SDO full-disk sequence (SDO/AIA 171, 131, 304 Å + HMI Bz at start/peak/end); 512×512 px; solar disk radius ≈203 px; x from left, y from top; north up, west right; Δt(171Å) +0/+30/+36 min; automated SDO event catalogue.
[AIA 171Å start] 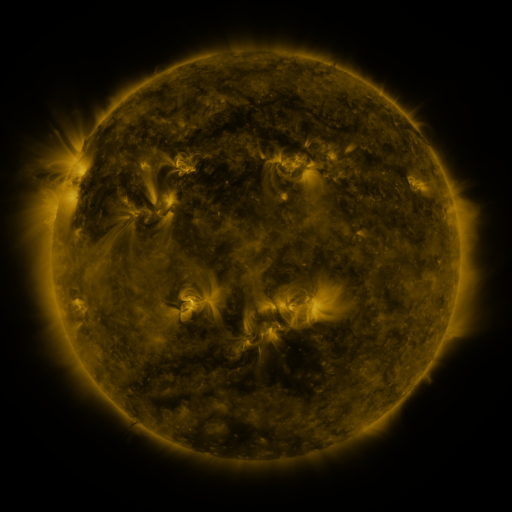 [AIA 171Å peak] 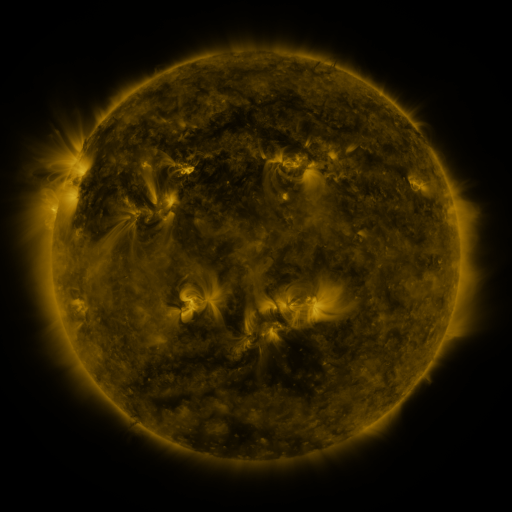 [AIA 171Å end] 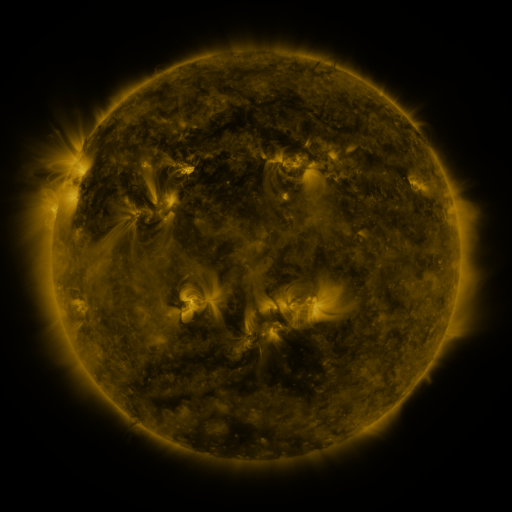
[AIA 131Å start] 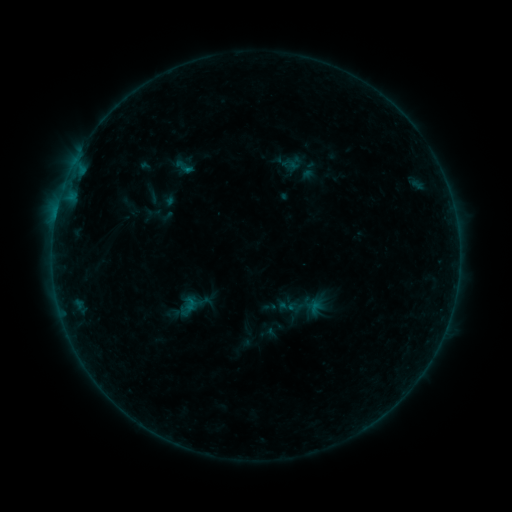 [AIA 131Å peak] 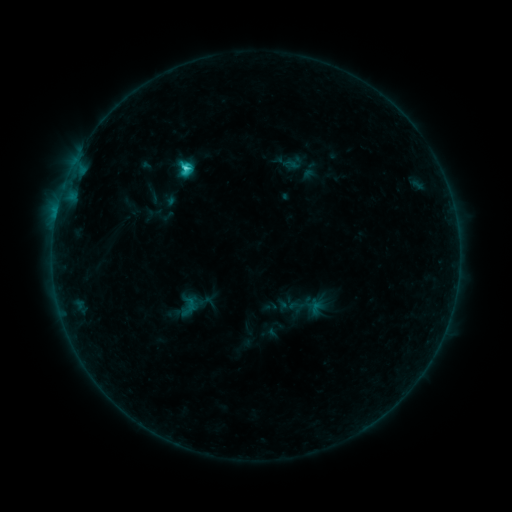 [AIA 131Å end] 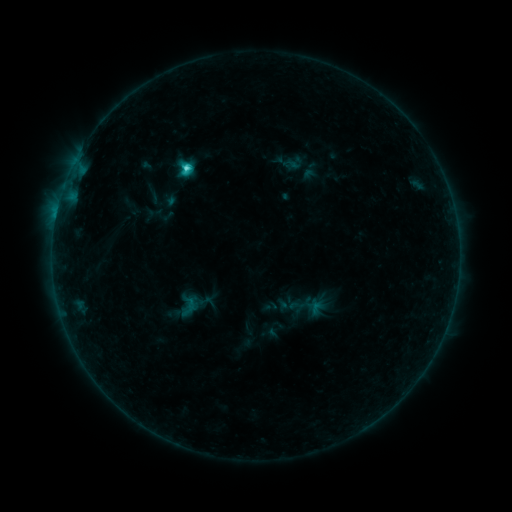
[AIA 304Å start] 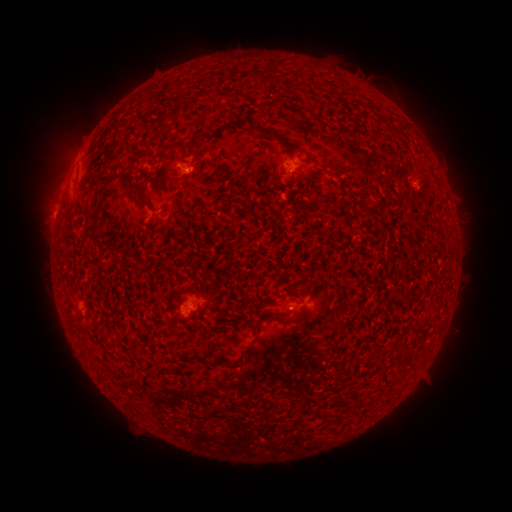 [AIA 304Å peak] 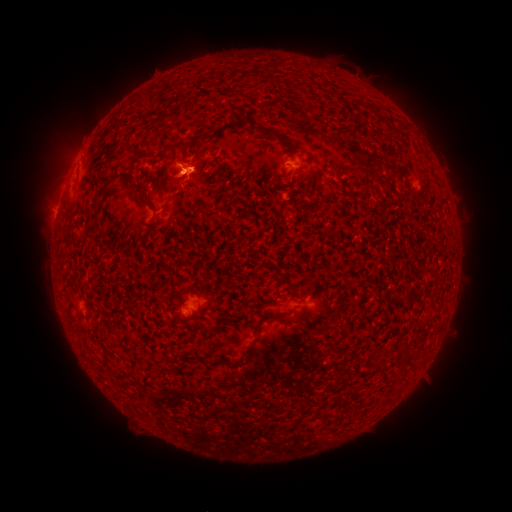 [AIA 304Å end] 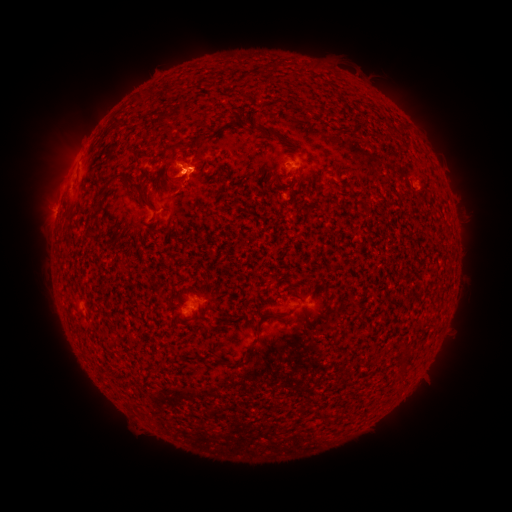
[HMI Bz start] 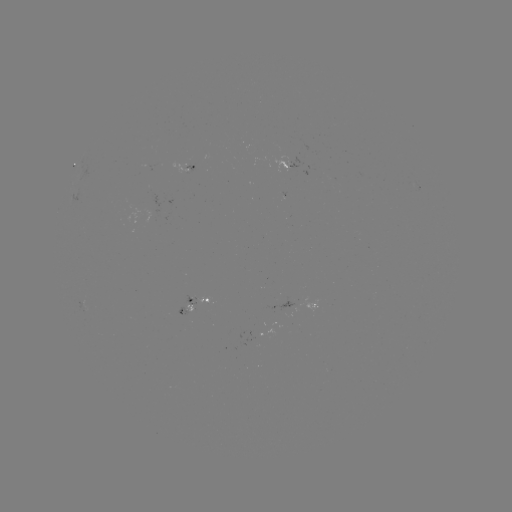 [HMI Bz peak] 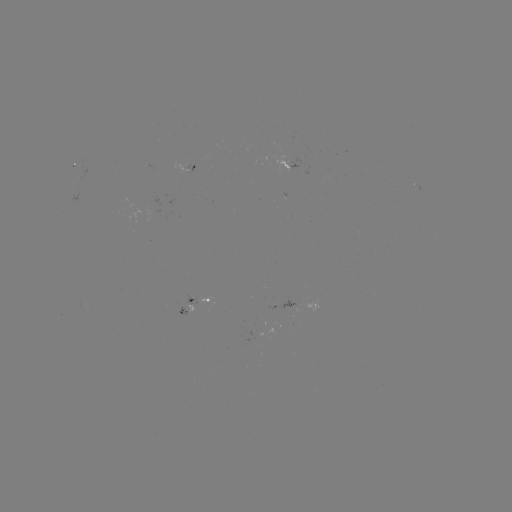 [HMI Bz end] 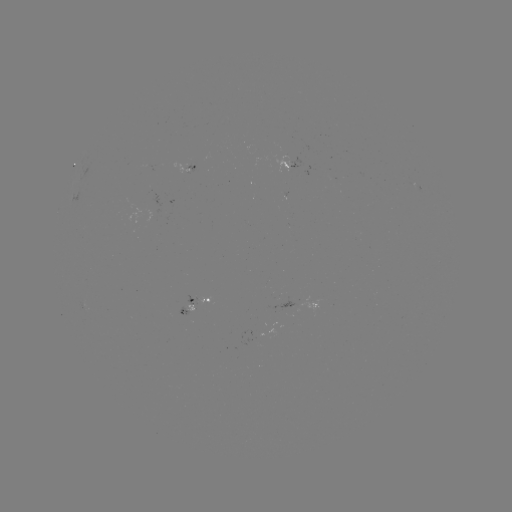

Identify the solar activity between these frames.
C2.6 flare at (189, 172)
